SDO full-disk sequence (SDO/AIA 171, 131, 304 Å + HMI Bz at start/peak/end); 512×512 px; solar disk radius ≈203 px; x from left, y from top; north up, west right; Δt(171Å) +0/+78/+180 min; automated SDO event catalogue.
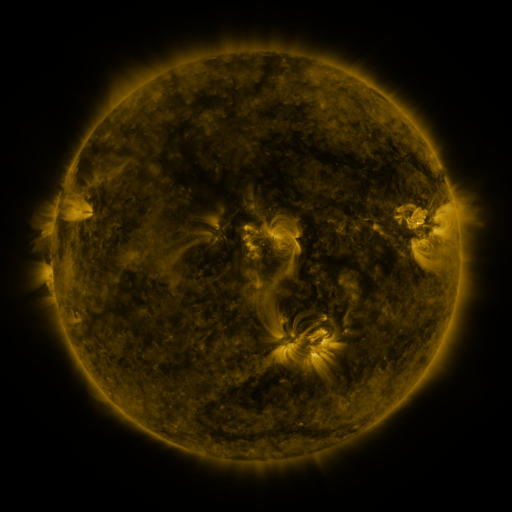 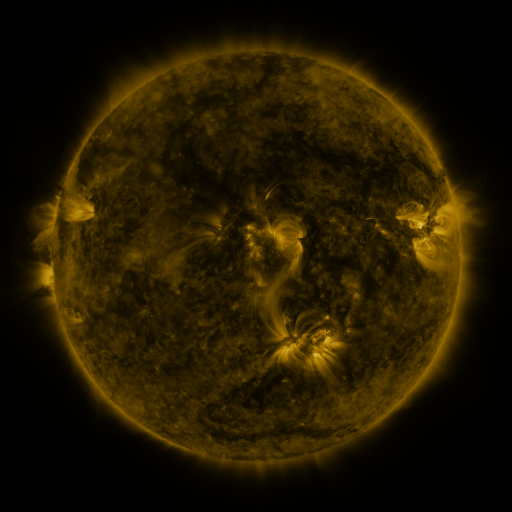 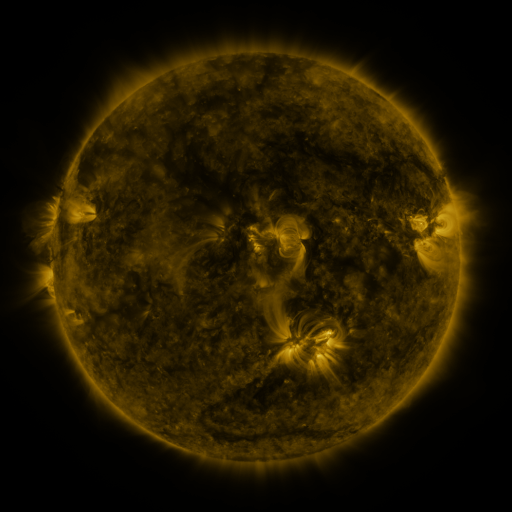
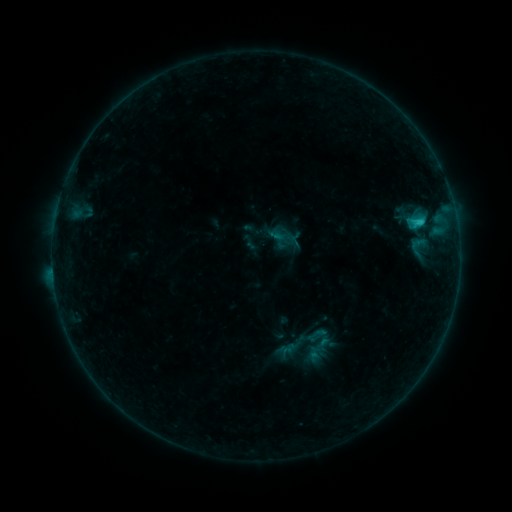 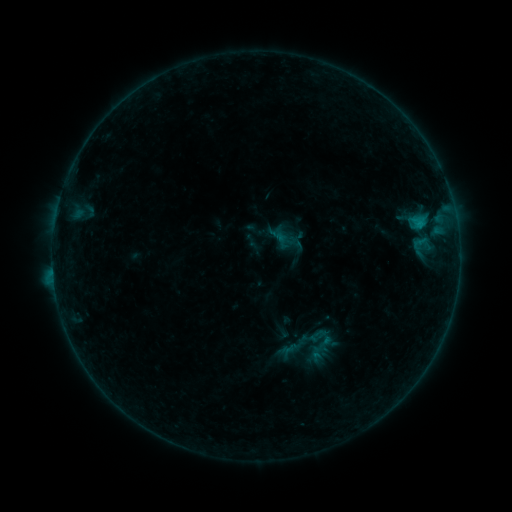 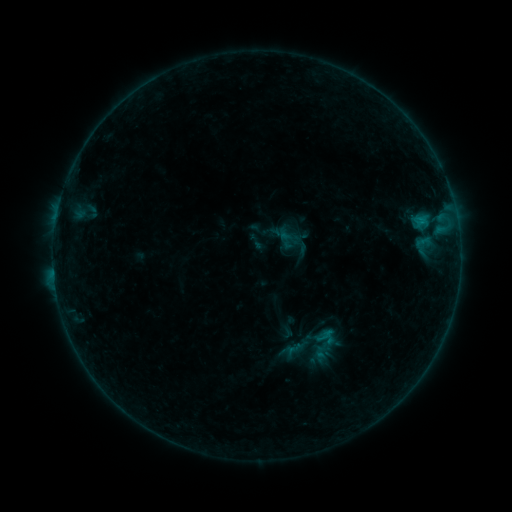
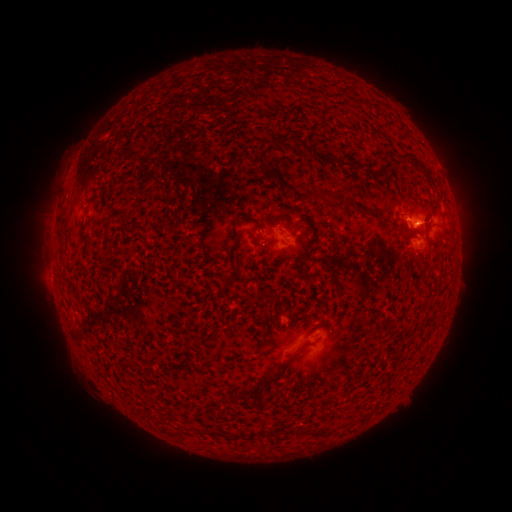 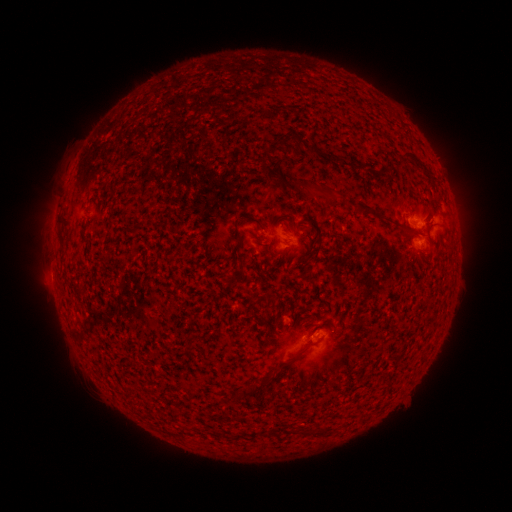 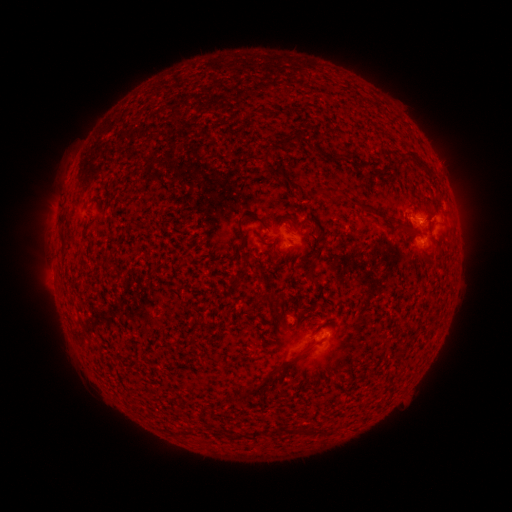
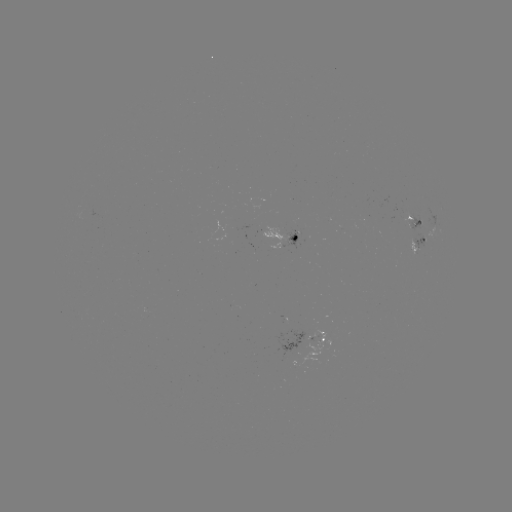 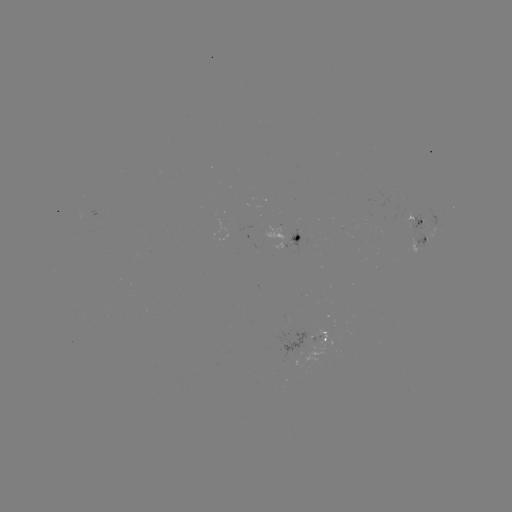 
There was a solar emerging-flux region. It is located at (411, 247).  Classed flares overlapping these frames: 1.